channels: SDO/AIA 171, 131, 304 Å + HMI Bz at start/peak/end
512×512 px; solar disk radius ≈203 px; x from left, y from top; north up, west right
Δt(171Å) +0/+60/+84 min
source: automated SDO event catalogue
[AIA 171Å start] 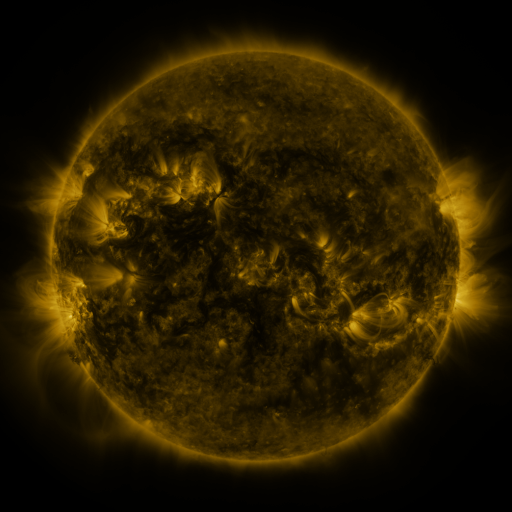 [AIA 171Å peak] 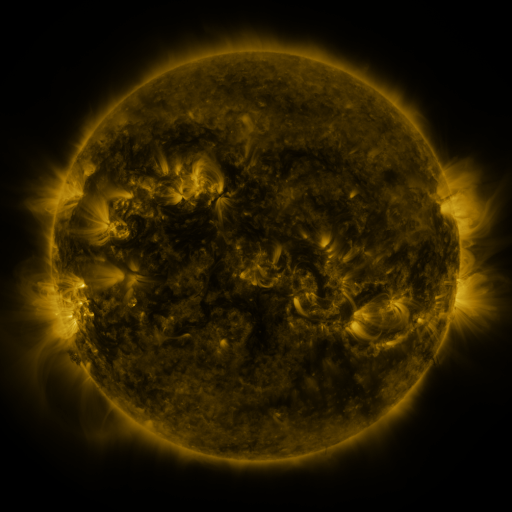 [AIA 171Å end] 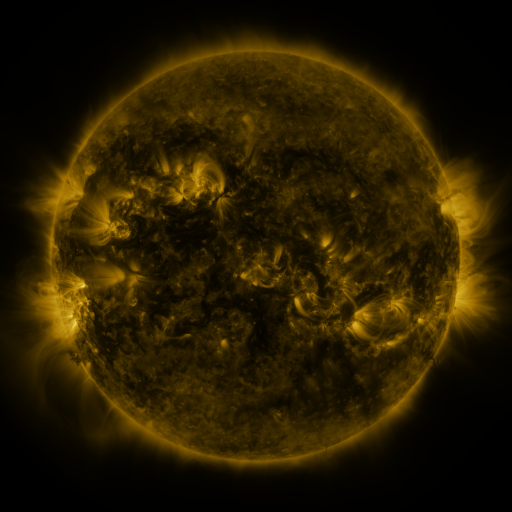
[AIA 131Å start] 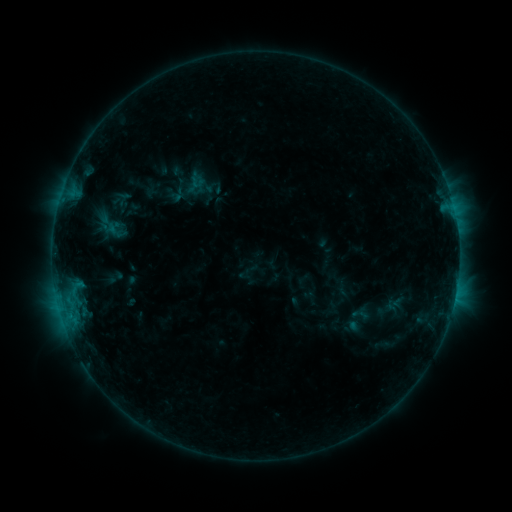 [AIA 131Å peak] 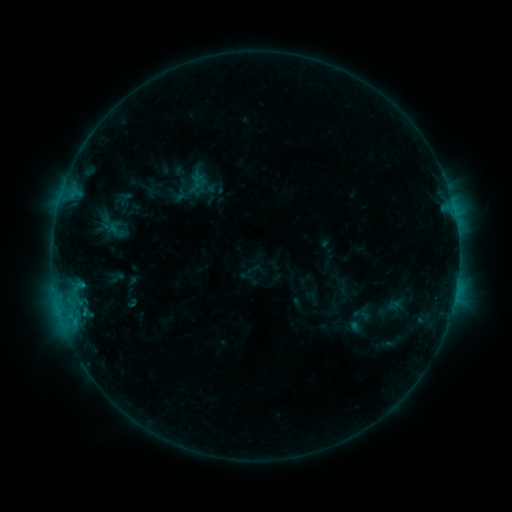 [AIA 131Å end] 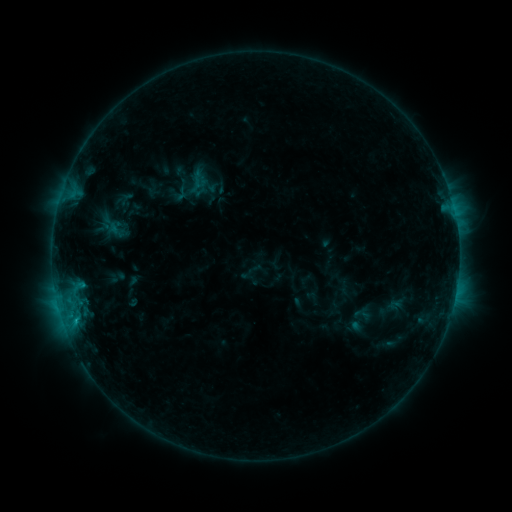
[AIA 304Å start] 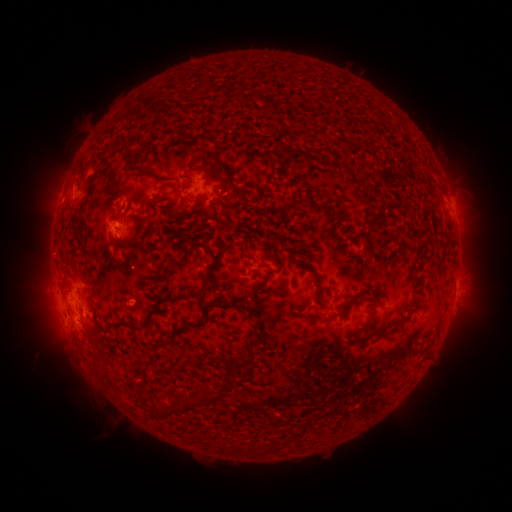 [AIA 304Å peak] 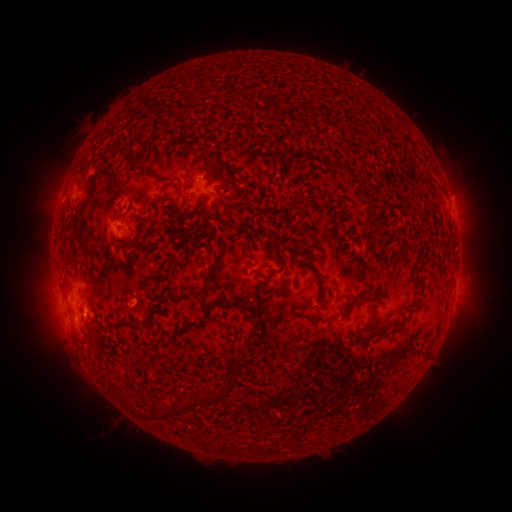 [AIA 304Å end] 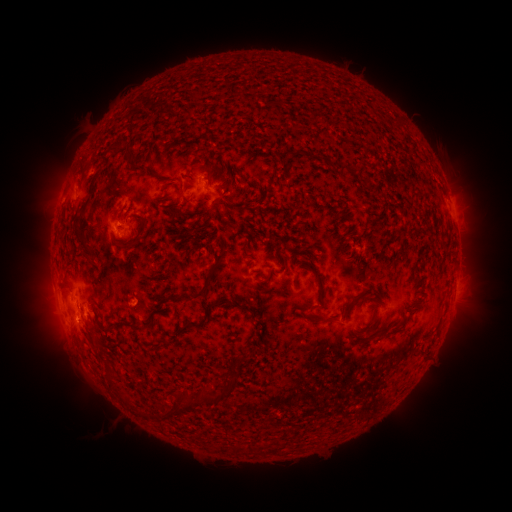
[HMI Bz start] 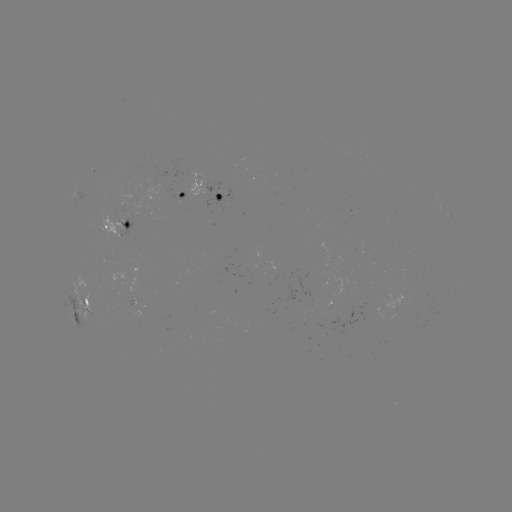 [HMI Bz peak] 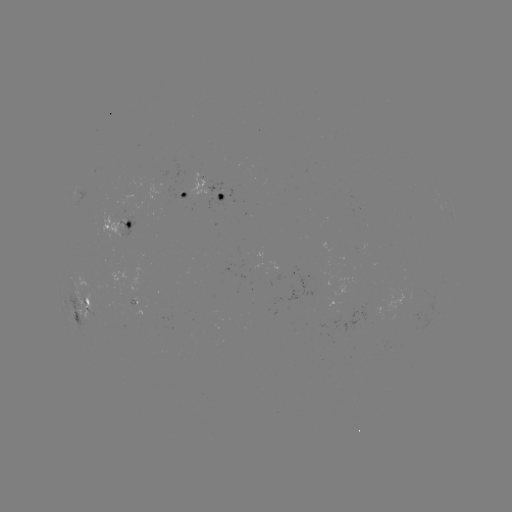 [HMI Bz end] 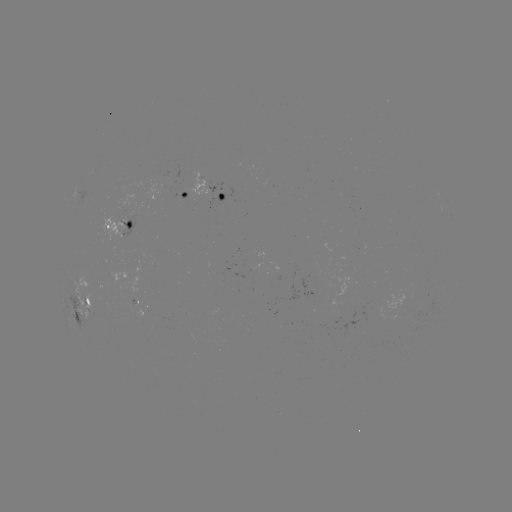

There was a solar emerging-flux region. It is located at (128, 294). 